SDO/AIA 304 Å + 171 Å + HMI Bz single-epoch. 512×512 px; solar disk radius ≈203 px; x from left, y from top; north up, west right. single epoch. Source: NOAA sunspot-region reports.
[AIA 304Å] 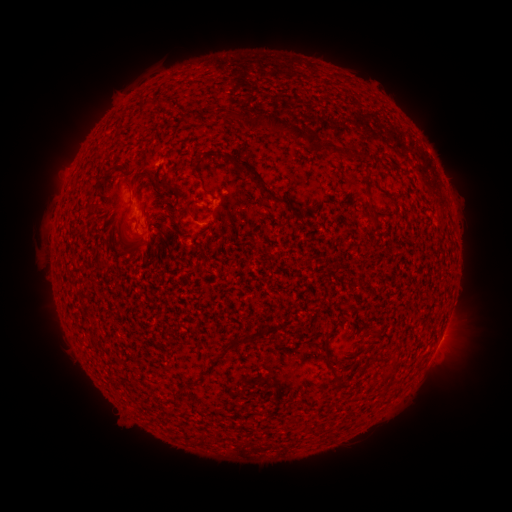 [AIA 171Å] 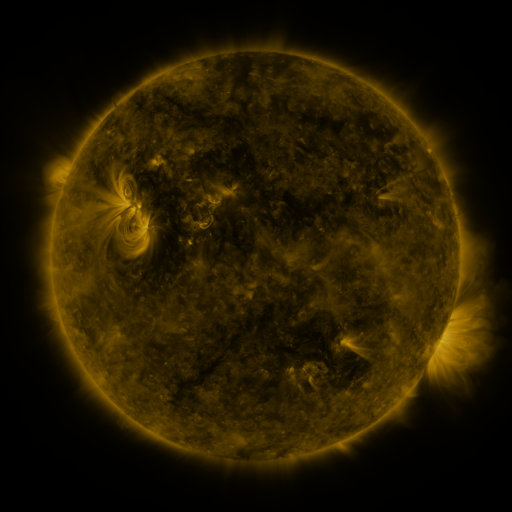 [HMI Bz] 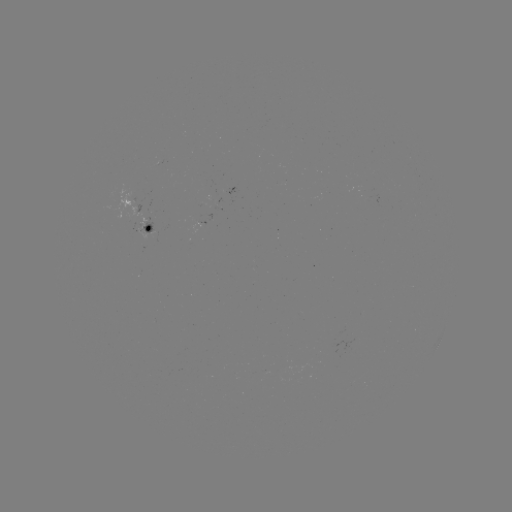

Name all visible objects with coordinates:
spotted active region: (141, 226)
